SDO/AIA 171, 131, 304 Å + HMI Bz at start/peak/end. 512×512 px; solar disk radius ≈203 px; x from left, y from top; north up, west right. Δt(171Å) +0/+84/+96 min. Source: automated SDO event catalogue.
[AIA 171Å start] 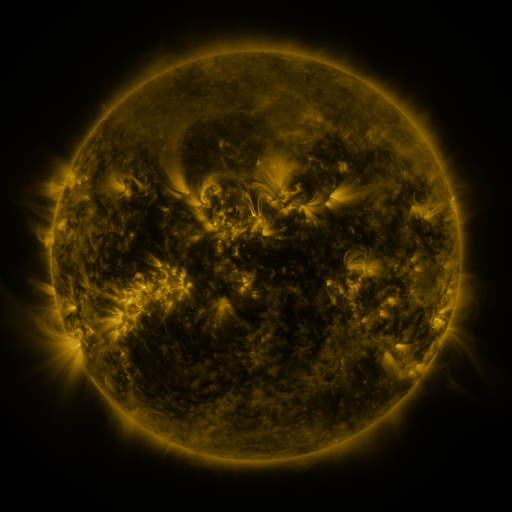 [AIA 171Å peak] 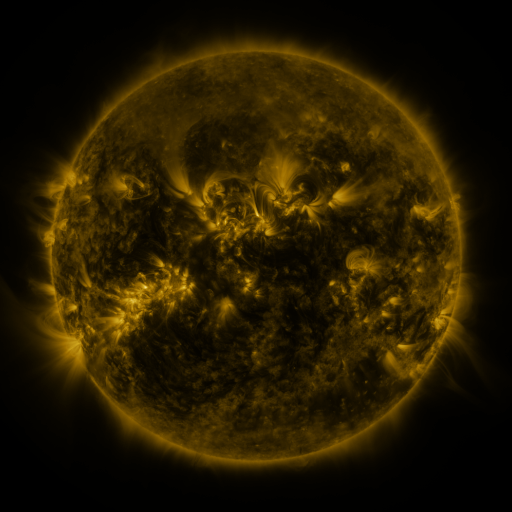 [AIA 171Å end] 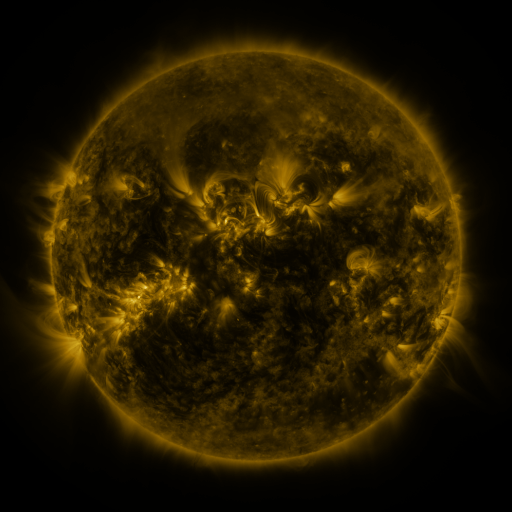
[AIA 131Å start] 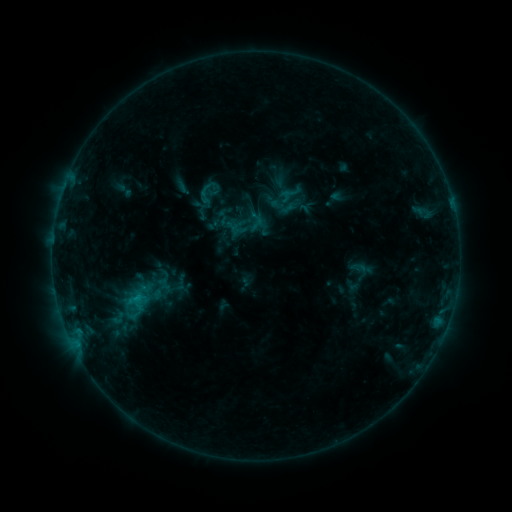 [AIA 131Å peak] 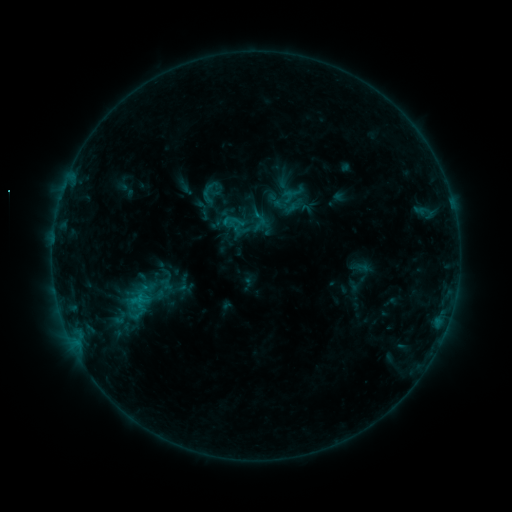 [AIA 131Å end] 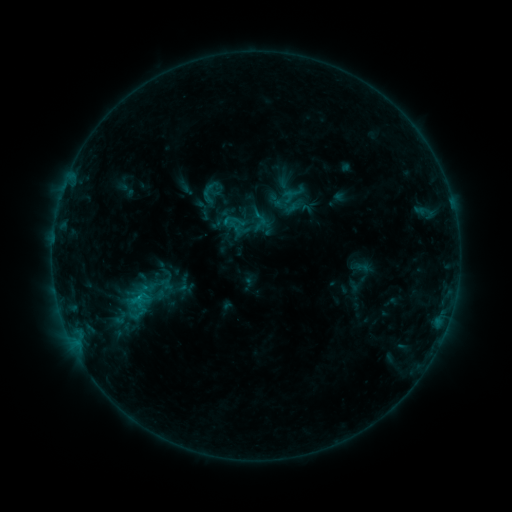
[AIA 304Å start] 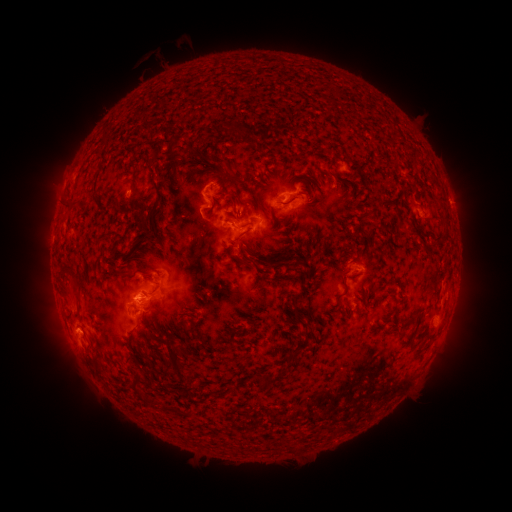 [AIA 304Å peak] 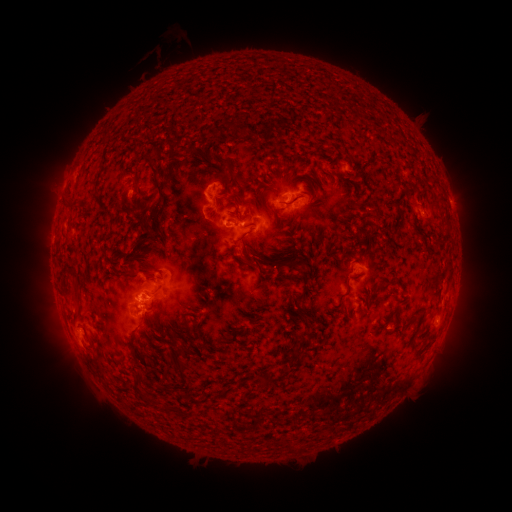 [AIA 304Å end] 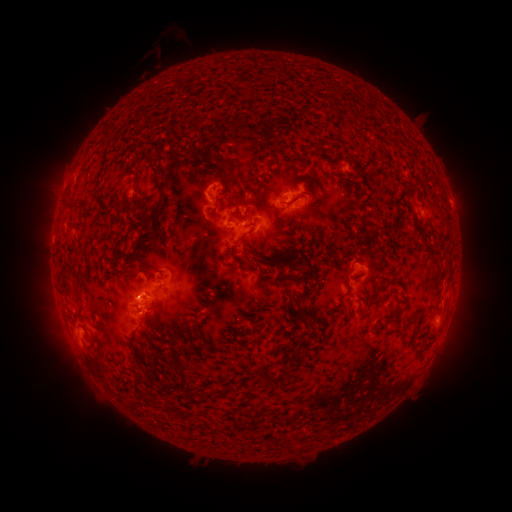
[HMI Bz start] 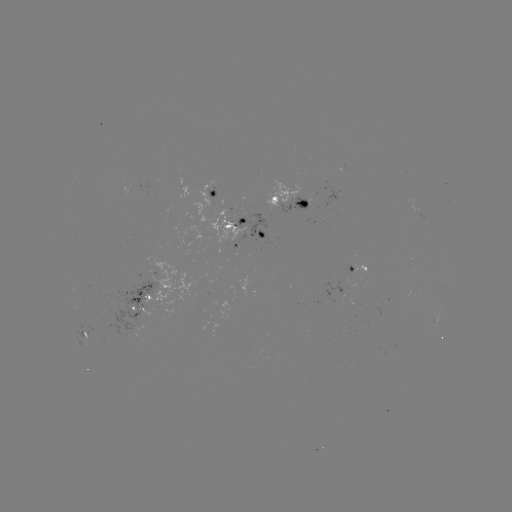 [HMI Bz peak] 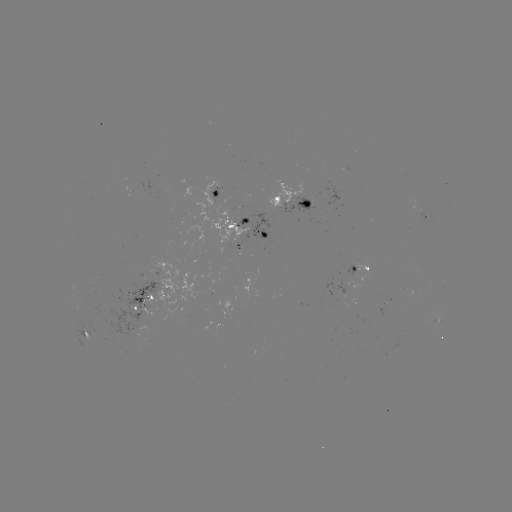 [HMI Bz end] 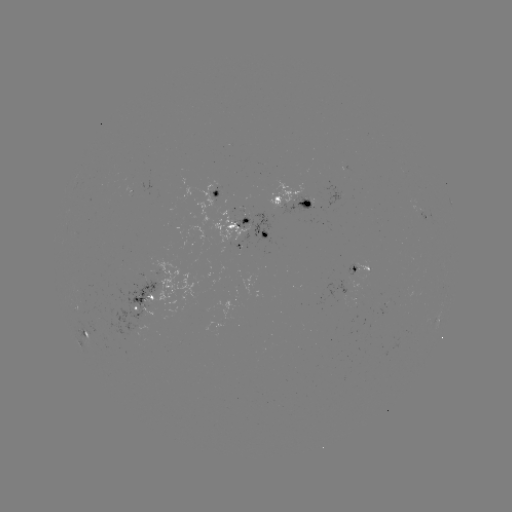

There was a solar emerging-flux region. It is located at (297, 203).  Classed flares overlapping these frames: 1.